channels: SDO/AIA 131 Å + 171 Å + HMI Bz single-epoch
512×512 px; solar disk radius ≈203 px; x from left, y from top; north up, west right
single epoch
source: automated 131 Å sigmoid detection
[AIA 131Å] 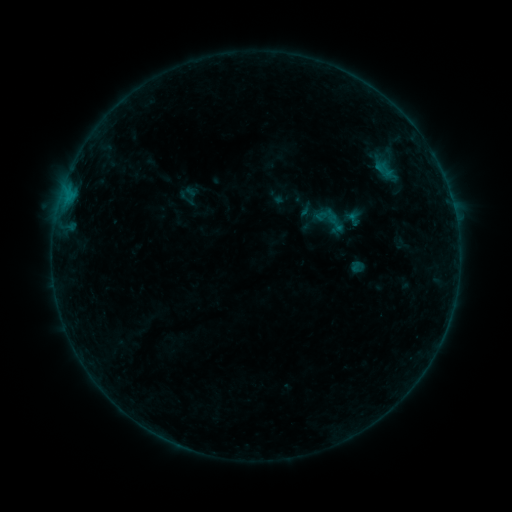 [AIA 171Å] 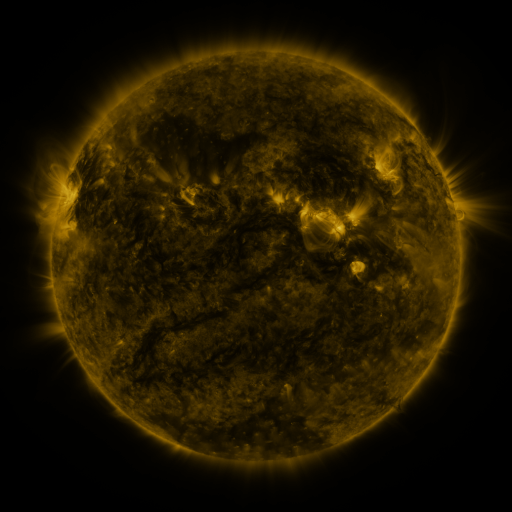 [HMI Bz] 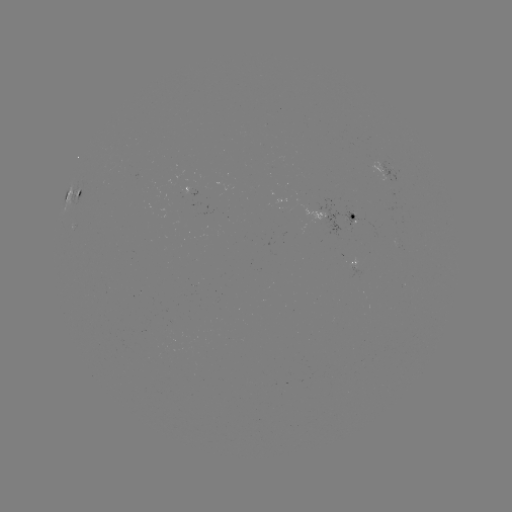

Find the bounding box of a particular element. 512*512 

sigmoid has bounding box [371, 158, 398, 180].